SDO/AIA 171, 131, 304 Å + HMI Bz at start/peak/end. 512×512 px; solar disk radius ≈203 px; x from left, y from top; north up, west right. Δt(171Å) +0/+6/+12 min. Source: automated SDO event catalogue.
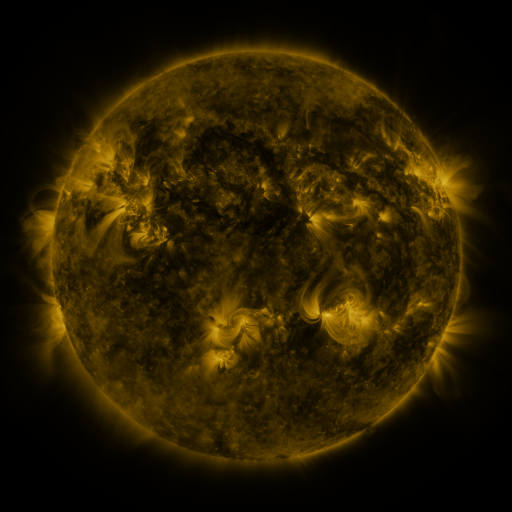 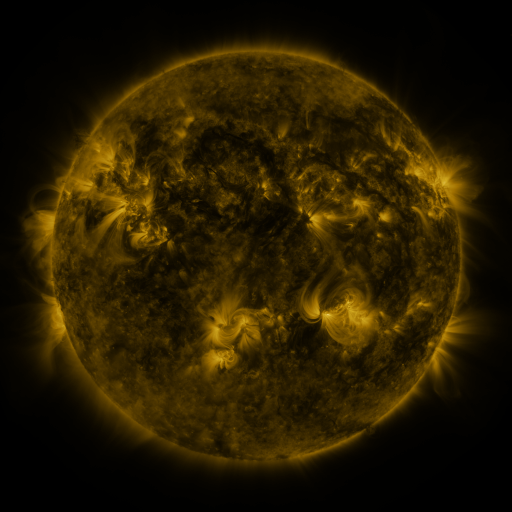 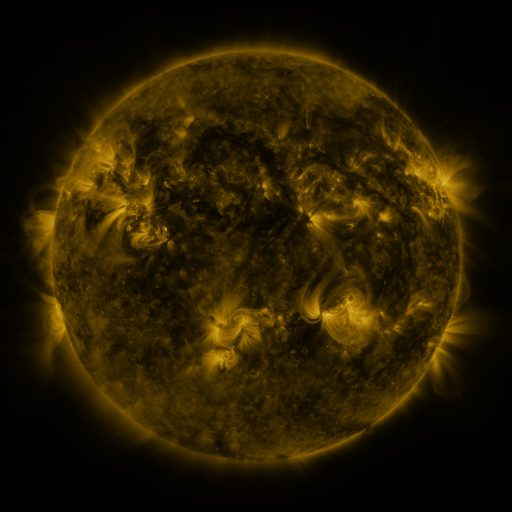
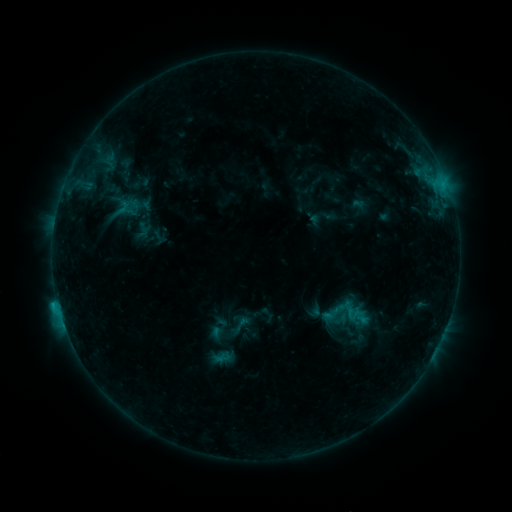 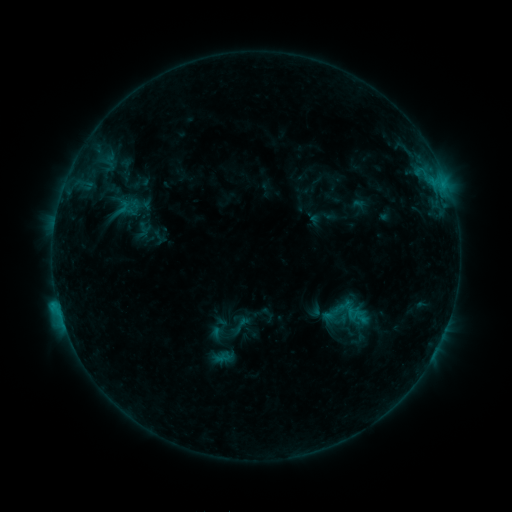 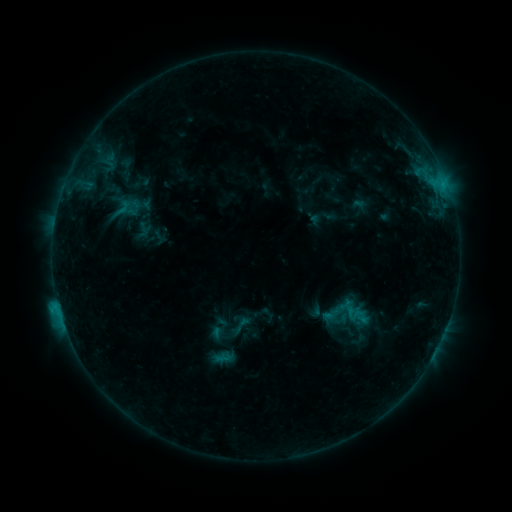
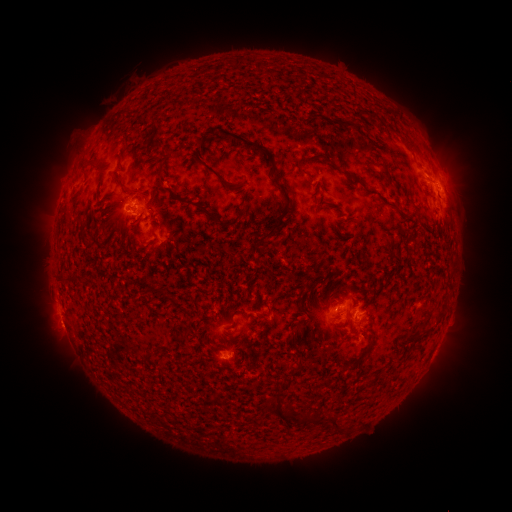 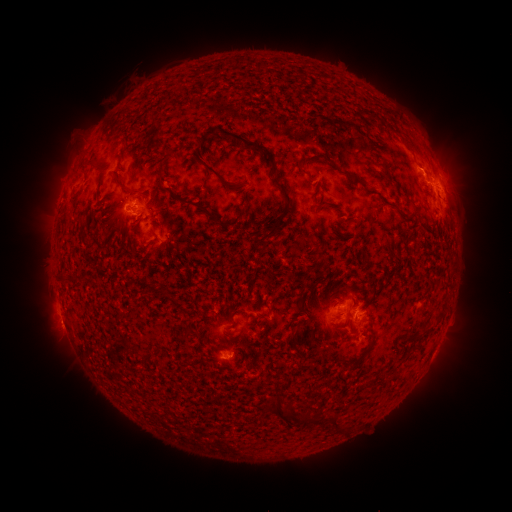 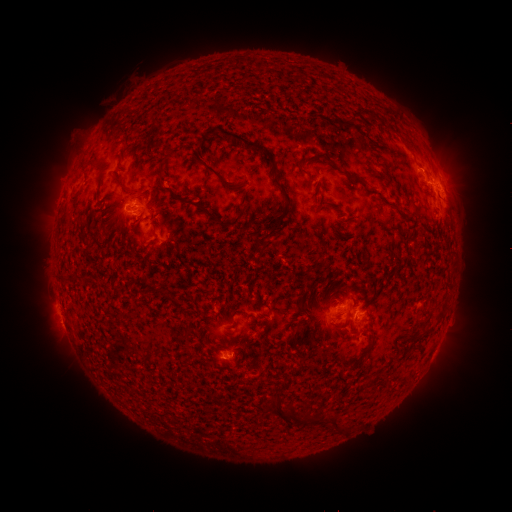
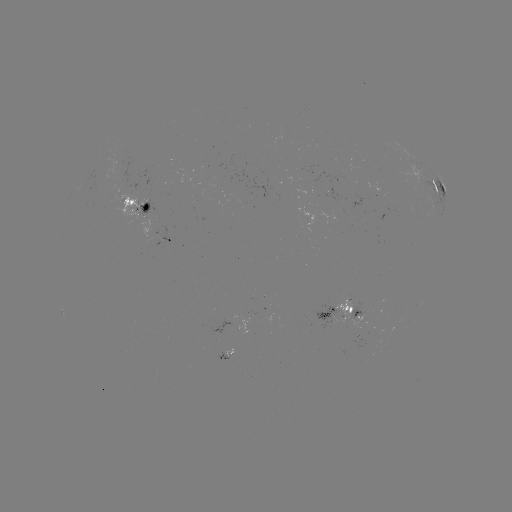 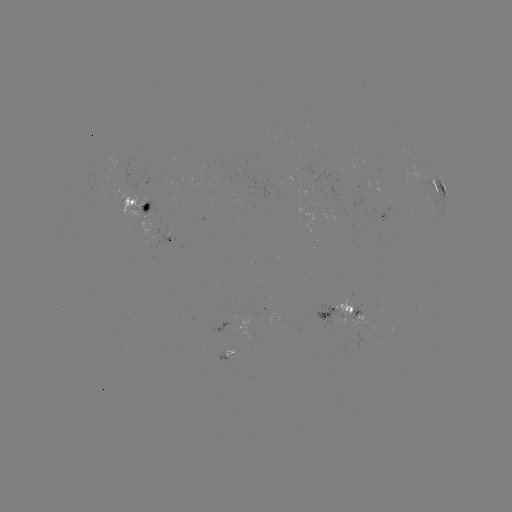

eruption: <bbox>403, 142, 454, 192</bbox>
